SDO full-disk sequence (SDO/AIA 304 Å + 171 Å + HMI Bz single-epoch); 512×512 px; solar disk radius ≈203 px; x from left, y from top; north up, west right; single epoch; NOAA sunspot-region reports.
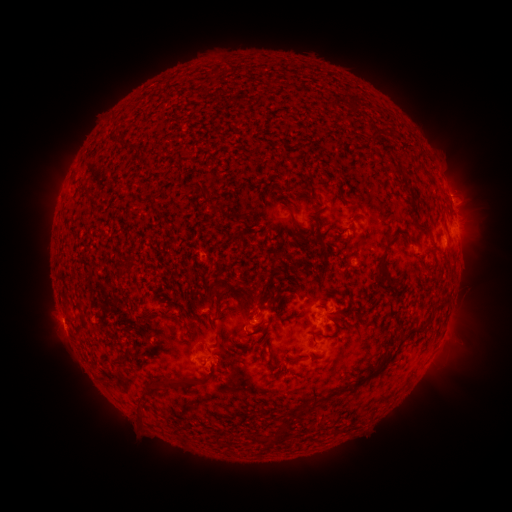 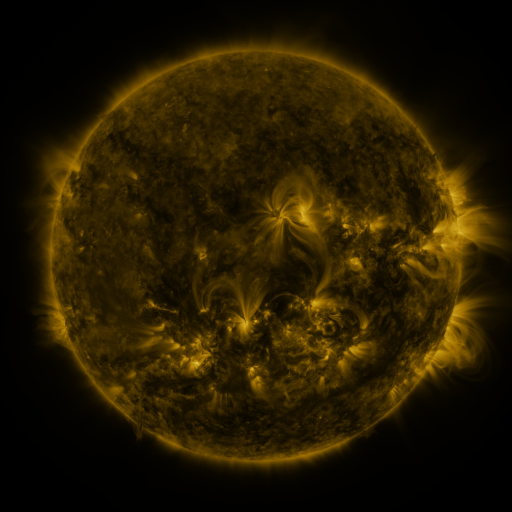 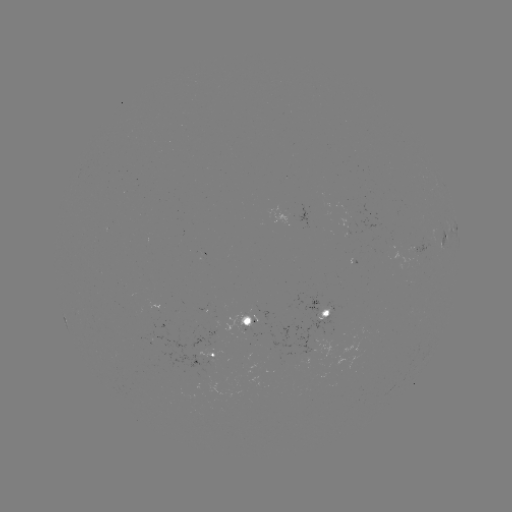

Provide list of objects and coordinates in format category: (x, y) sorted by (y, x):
spotted active region: (445, 184)
spotted active region: (454, 227)
spotted active region: (328, 309)
spotted active region: (249, 317)
spotted active region: (204, 356)
